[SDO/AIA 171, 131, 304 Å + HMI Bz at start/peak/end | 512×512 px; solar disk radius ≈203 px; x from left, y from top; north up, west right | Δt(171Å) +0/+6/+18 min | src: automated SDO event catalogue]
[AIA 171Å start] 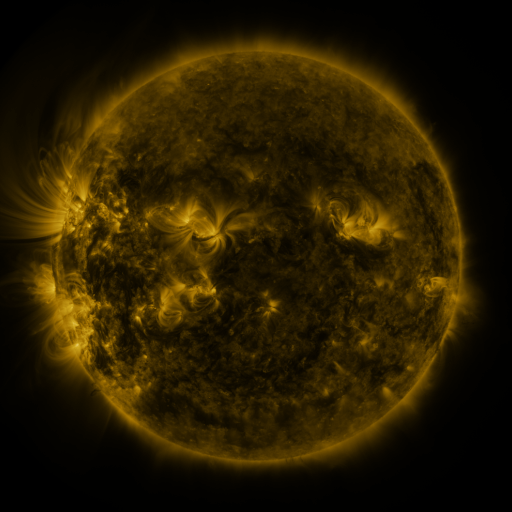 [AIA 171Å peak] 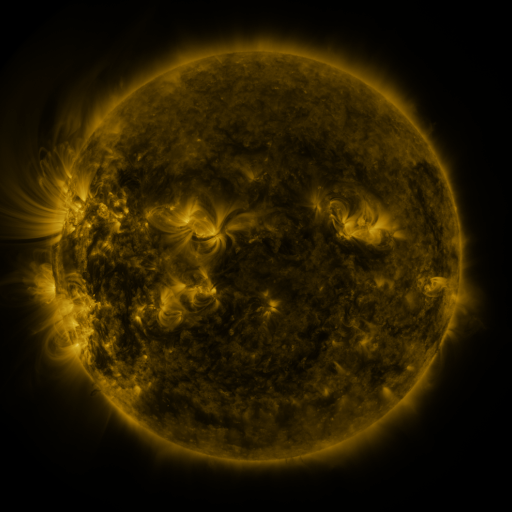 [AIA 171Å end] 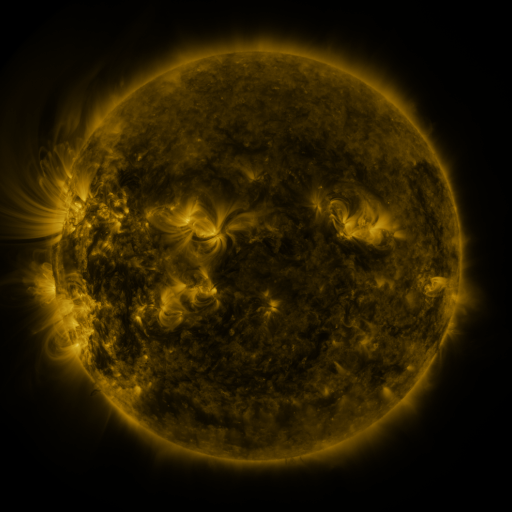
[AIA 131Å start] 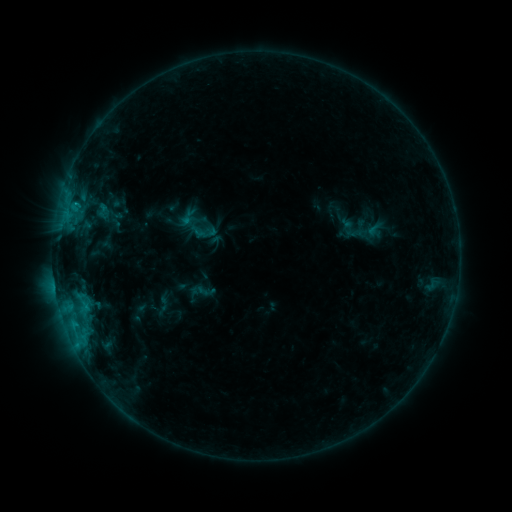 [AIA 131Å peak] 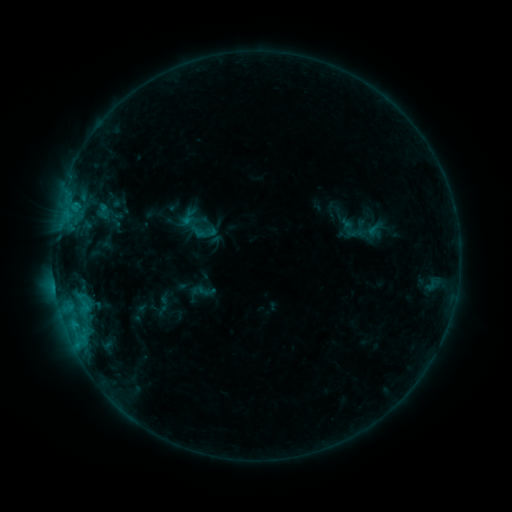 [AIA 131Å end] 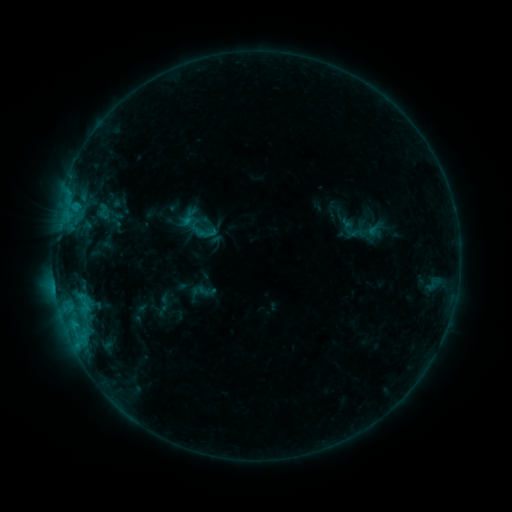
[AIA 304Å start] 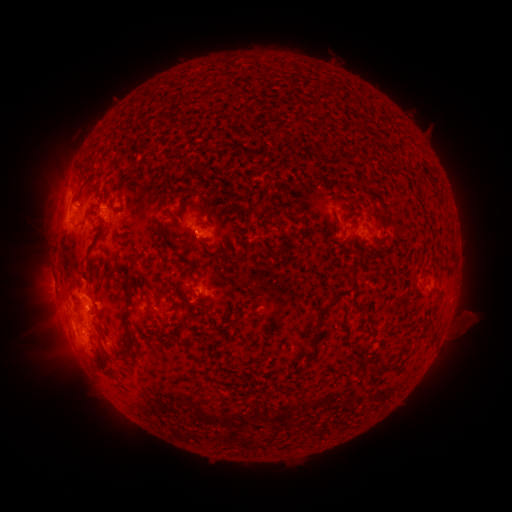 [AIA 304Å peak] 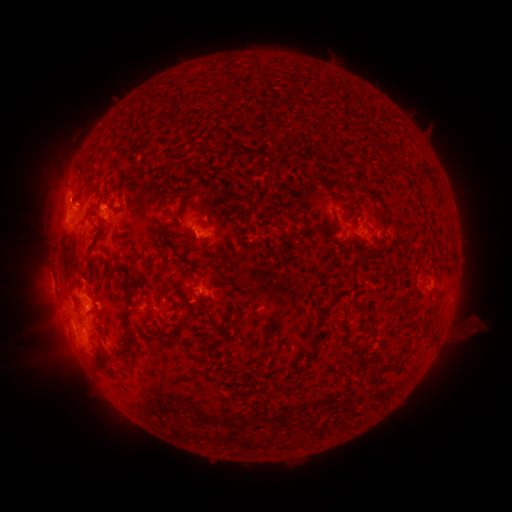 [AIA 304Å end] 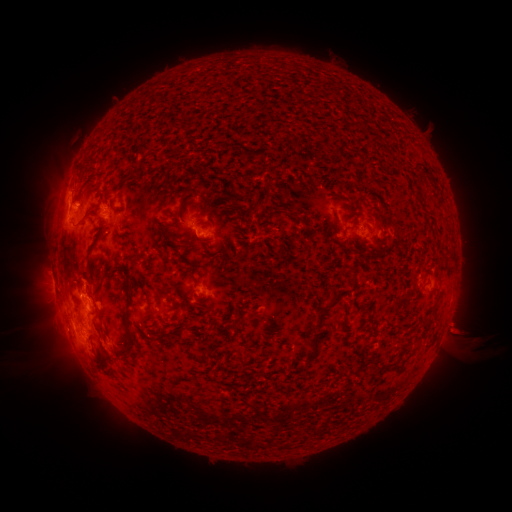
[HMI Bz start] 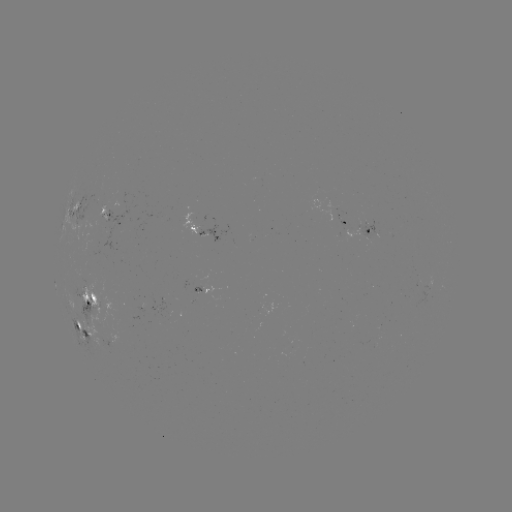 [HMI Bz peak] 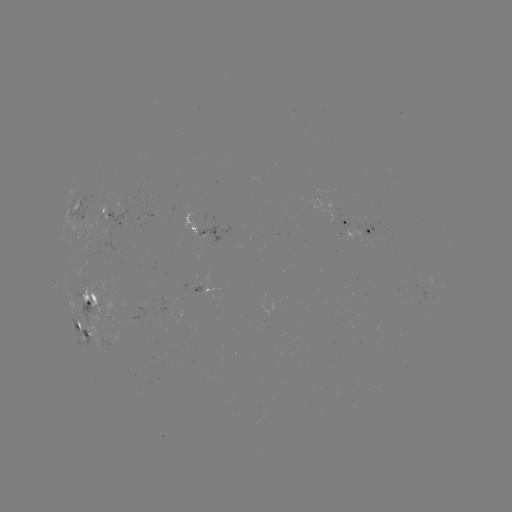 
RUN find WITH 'eruption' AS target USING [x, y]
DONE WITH [468, 327] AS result